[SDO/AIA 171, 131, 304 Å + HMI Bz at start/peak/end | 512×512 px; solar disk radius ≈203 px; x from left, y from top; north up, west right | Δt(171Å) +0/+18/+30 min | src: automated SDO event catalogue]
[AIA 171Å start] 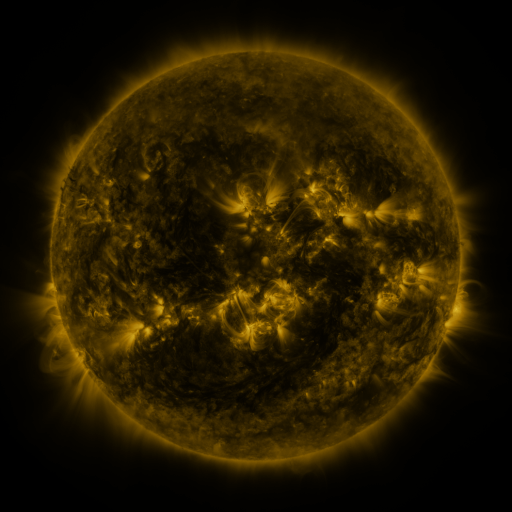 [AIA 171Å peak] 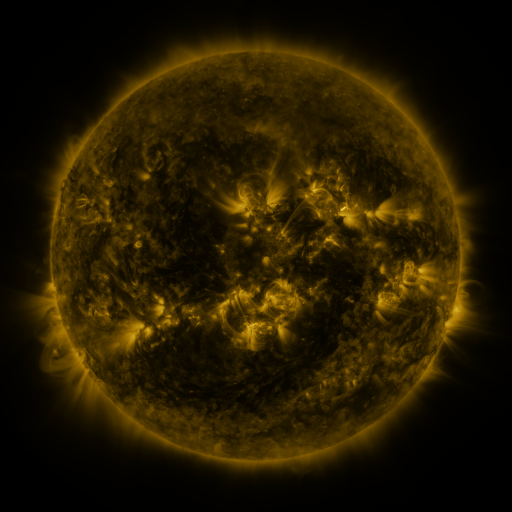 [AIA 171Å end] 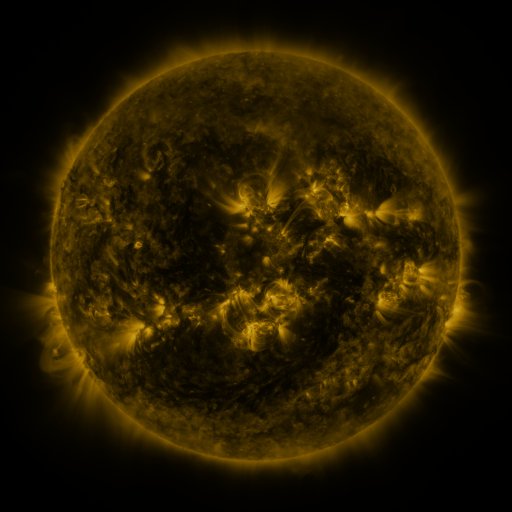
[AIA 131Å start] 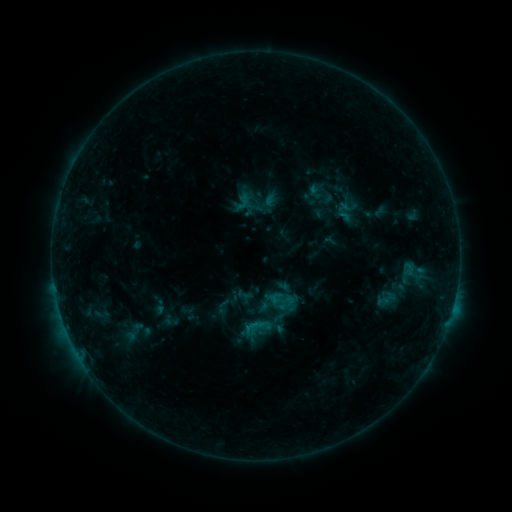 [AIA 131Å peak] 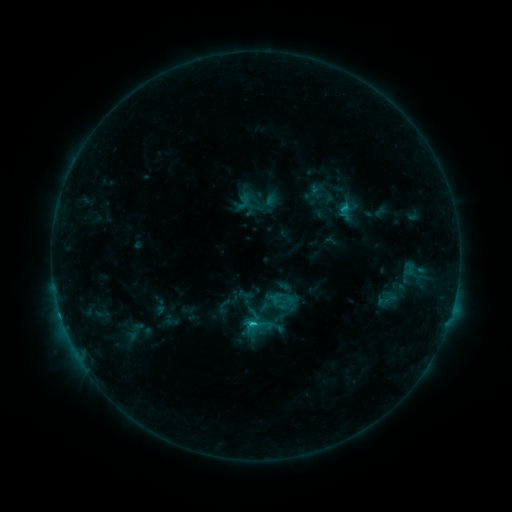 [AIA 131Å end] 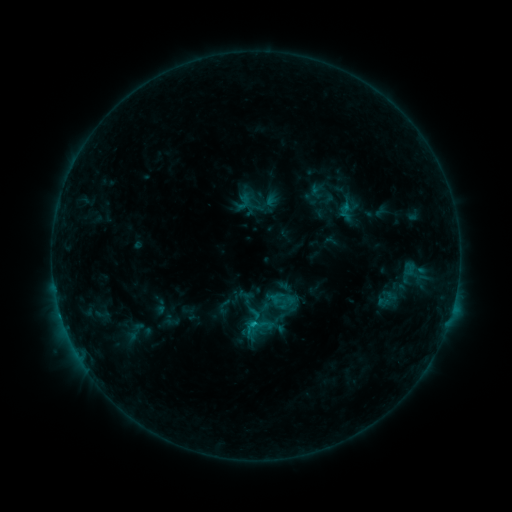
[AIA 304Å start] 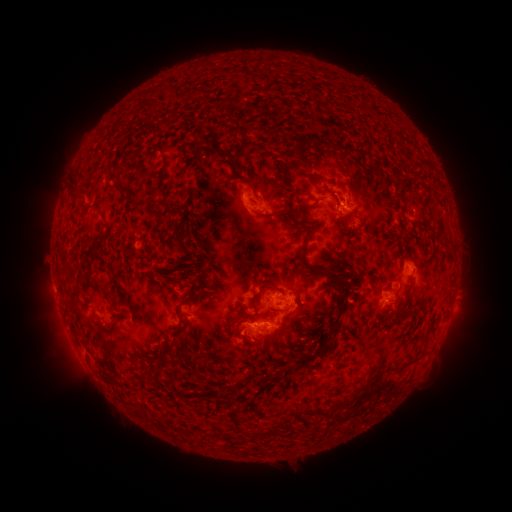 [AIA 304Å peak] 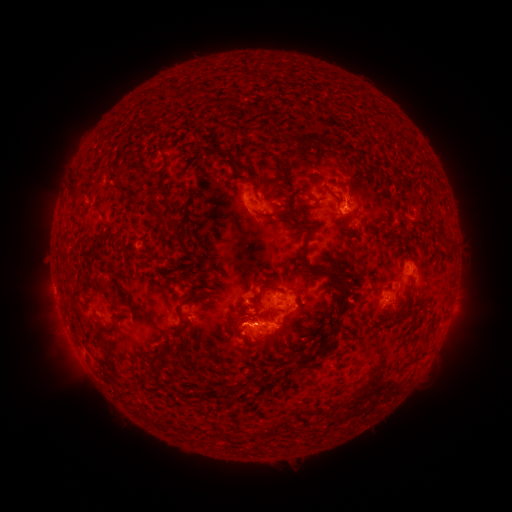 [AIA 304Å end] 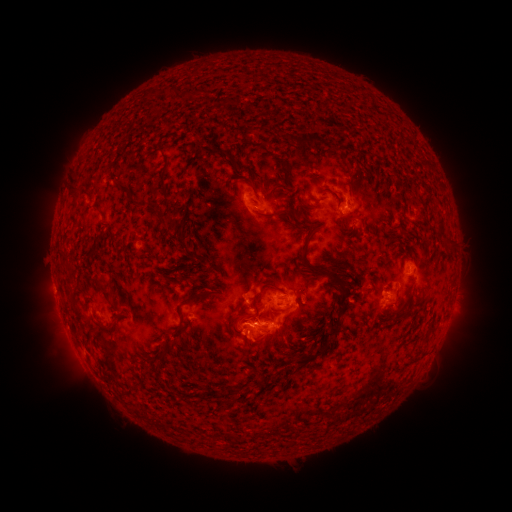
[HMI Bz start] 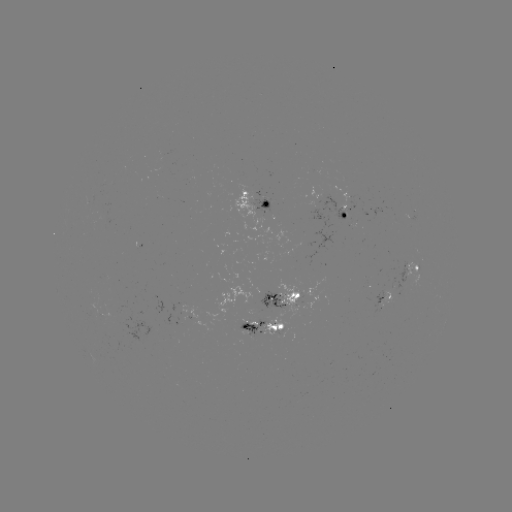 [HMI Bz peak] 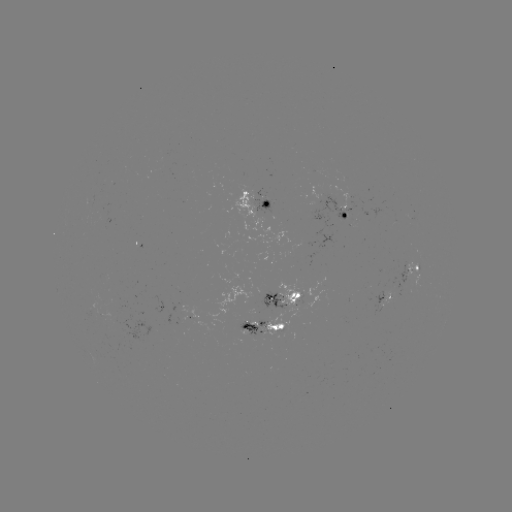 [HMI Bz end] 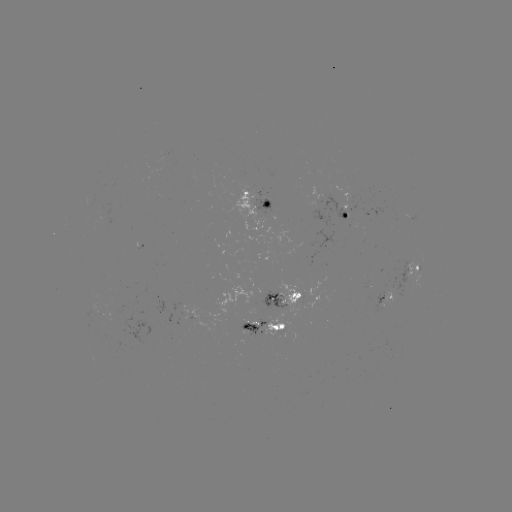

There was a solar flare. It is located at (252, 323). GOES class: C1.6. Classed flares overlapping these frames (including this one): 1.